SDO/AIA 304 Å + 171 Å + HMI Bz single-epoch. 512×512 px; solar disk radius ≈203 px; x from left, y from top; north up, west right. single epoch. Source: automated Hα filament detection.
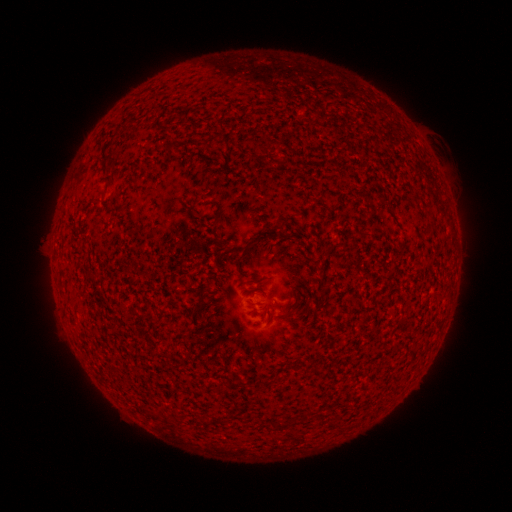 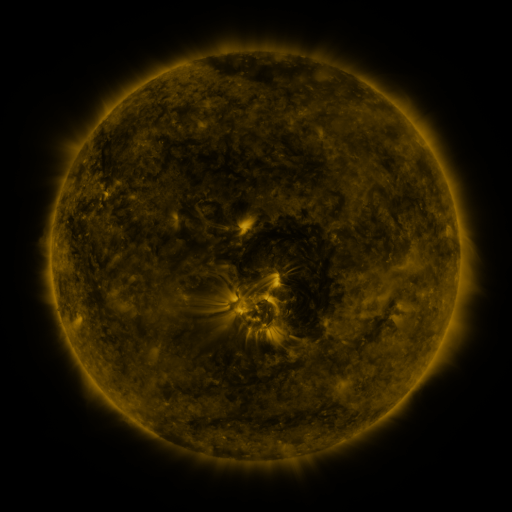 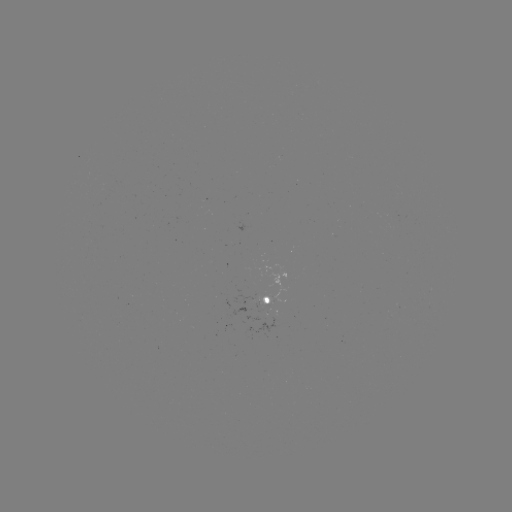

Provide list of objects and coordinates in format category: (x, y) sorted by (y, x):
filament: (417, 197)
filament: (216, 218)
filament: (246, 248)
filament: (295, 296)
filament: (287, 314)
